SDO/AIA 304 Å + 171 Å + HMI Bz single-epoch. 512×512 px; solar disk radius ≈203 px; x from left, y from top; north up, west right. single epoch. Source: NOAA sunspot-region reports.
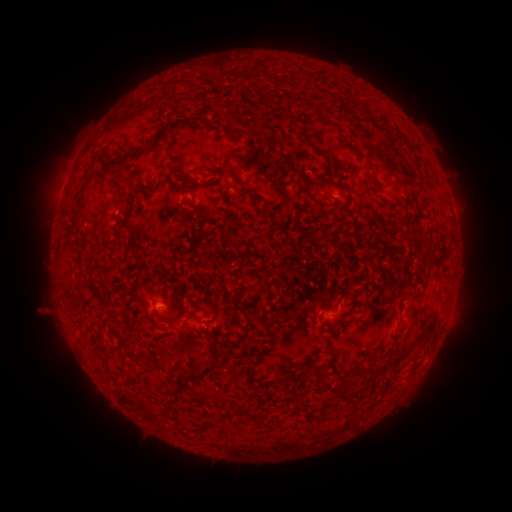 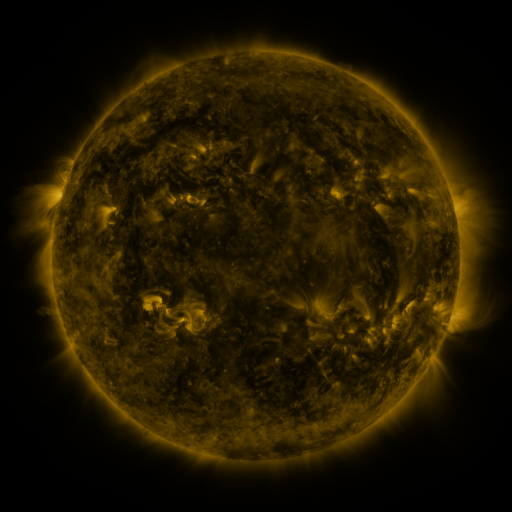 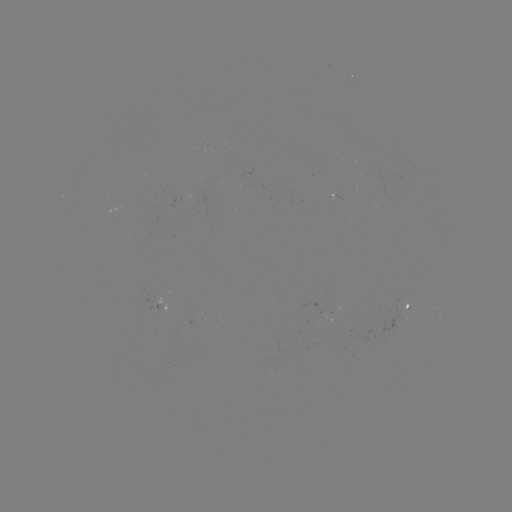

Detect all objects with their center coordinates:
spotted active region: (336, 198)
spotted active region: (411, 305)
